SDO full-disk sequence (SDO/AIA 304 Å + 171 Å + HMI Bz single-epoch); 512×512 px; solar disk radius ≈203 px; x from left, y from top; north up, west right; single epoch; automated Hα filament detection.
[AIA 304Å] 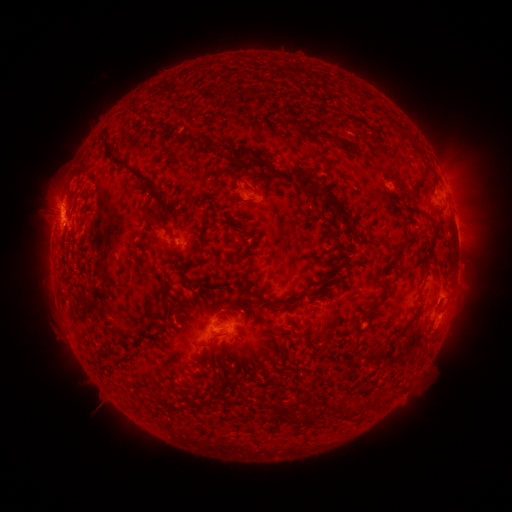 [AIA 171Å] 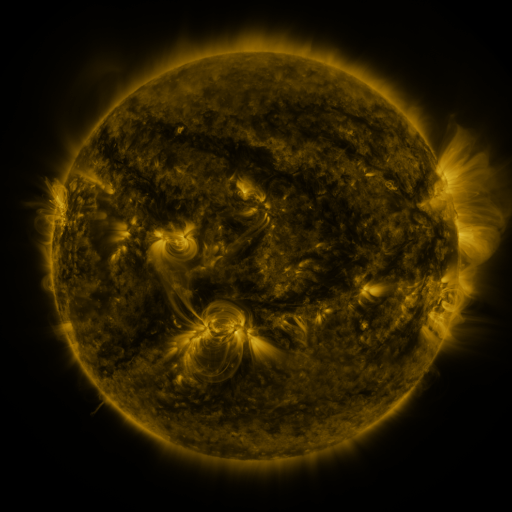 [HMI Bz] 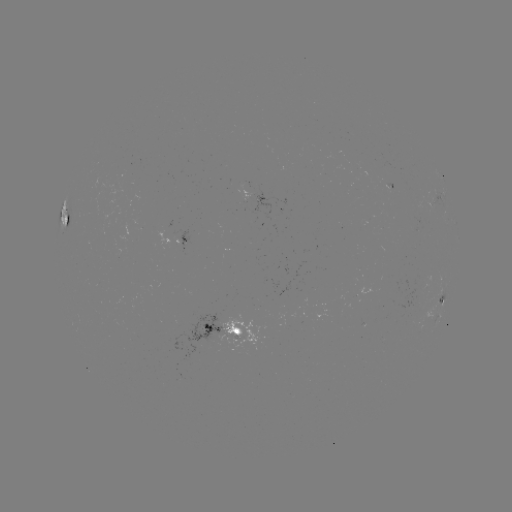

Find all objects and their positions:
filament: (275, 104, 291, 113)
filament: (281, 117, 306, 129)
filament: (162, 127, 173, 136)
filament: (396, 127, 423, 156)
filament: (309, 128, 359, 154)
filament: (96, 136, 125, 170)
filament: (188, 136, 217, 153)
filament: (261, 157, 359, 232)
filament: (240, 158, 260, 171)
filament: (123, 165, 160, 200)
filament: (143, 209, 155, 224)
filament: (420, 209, 439, 224)
filament: (65, 216, 71, 227)
filament: (160, 223, 178, 240)
filament: (235, 230, 244, 237)
filament: (391, 232, 418, 255)
filament: (195, 240, 203, 251)
filament: (335, 259, 346, 269)
filament: (245, 285, 335, 307)
filament: (364, 302, 378, 315)
filament: (350, 328, 362, 354)
filament: (364, 350, 374, 356)
filament: (349, 400, 362, 411)
